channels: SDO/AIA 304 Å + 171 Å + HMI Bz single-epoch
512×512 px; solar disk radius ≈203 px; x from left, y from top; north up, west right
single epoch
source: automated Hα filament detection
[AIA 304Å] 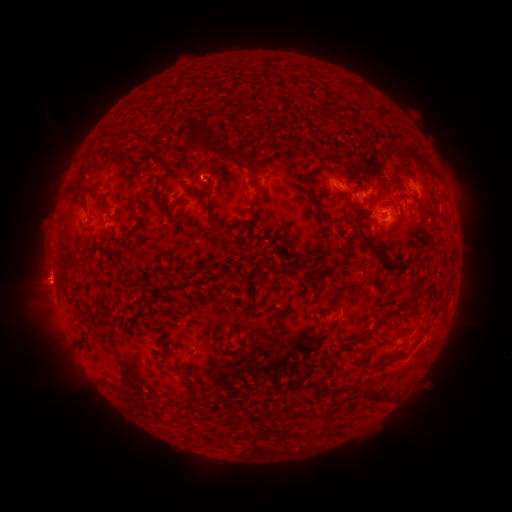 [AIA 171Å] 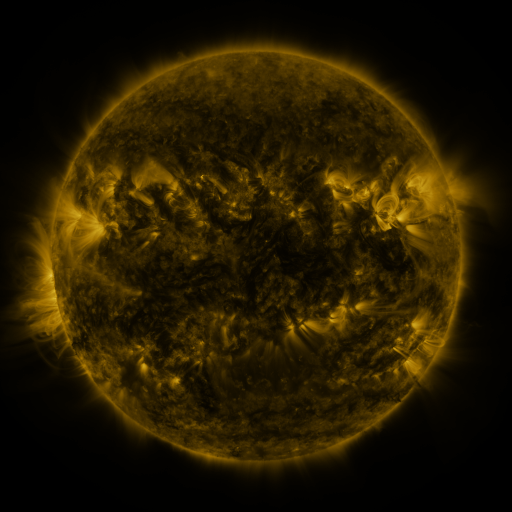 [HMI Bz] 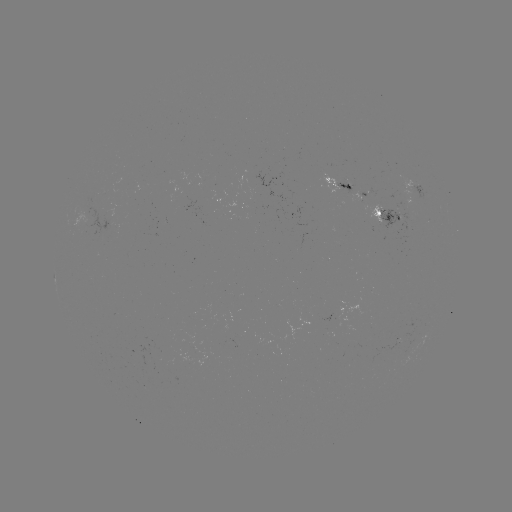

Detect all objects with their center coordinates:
filament: (227, 151)
filament: (89, 189)
filament: (324, 231)
filament: (223, 239)
filament: (369, 247)
filament: (364, 336)
filament: (381, 364)
filament: (189, 387)
filament: (375, 399)
filament: (204, 415)
filament: (226, 419)
